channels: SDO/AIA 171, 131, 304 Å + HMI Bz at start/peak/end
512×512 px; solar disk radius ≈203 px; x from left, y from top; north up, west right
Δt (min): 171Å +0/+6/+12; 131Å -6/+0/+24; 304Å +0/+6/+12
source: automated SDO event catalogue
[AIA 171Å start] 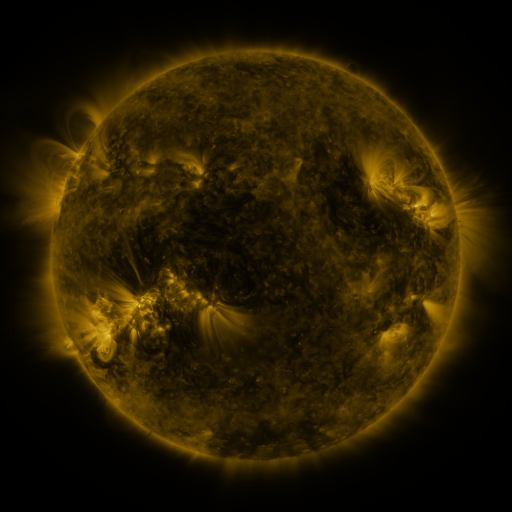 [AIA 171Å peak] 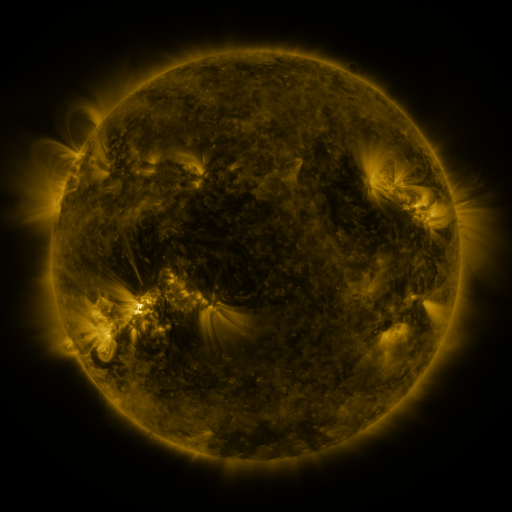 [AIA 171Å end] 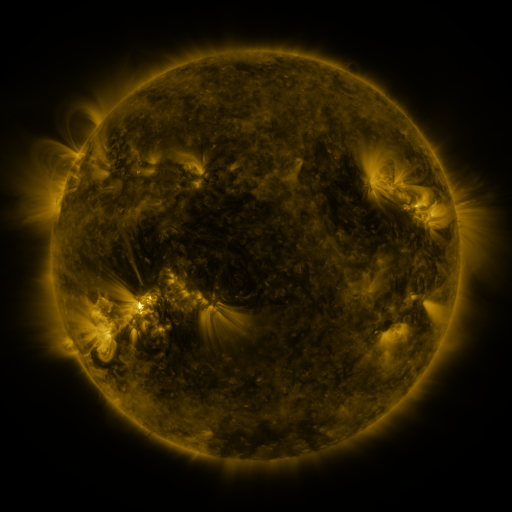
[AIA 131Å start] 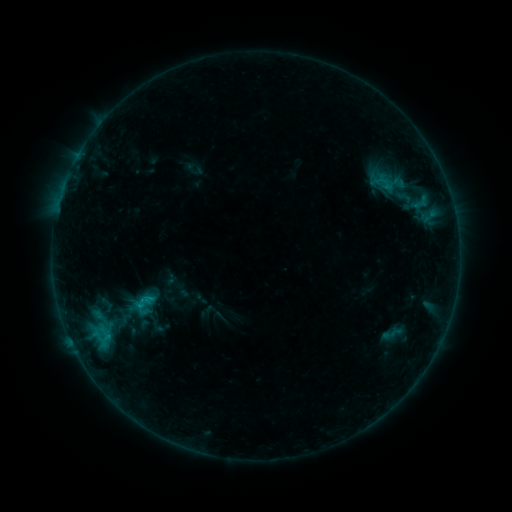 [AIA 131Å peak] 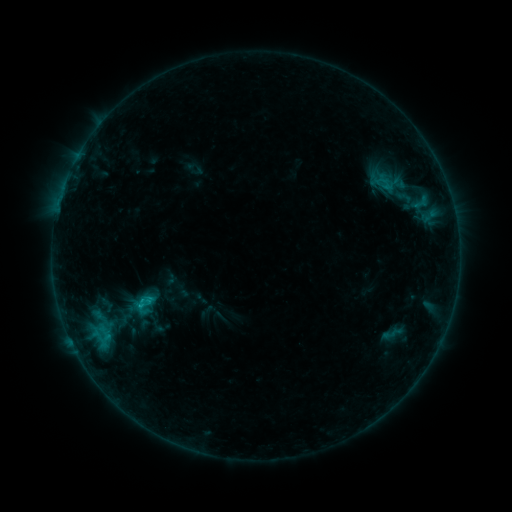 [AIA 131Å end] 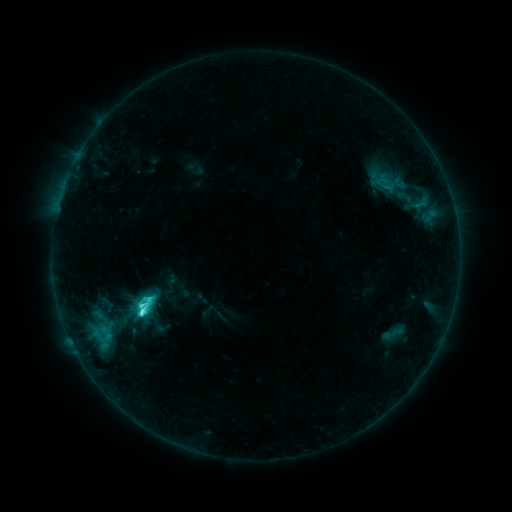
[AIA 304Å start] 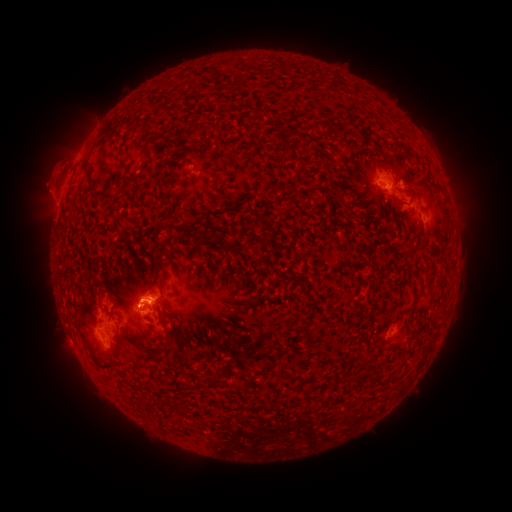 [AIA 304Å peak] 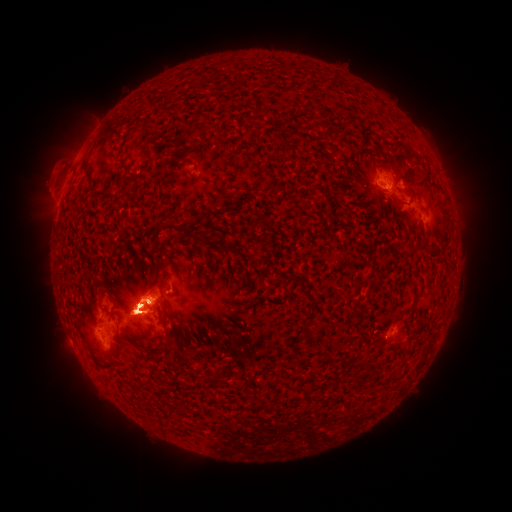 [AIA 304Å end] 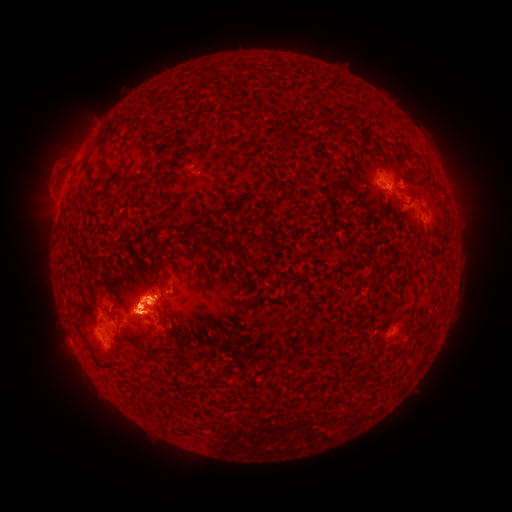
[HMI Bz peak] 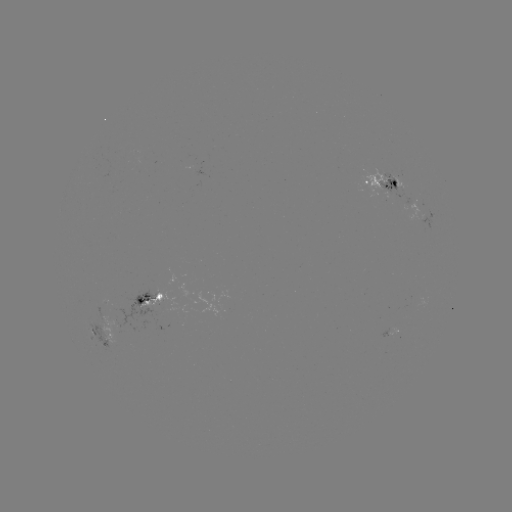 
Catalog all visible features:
M1.2 flare: (142, 305)
